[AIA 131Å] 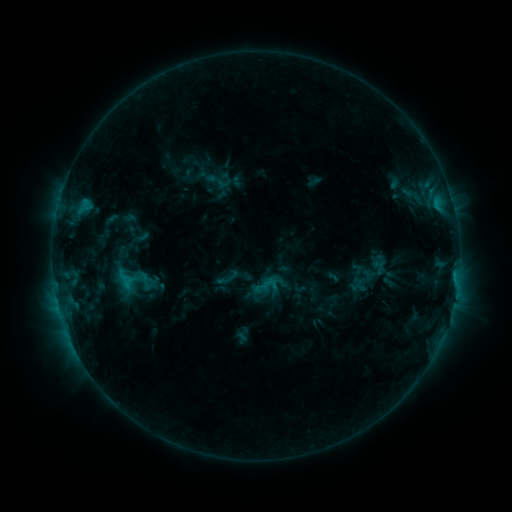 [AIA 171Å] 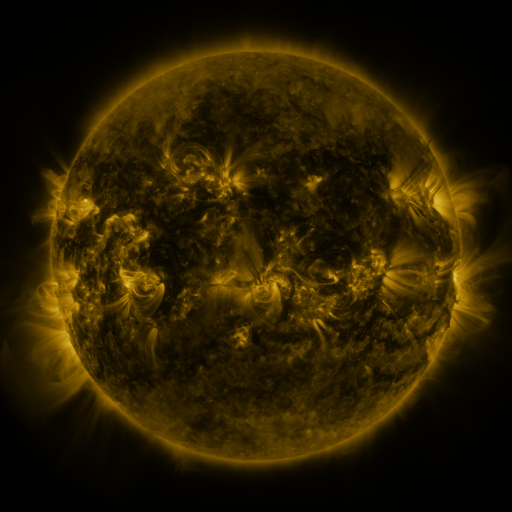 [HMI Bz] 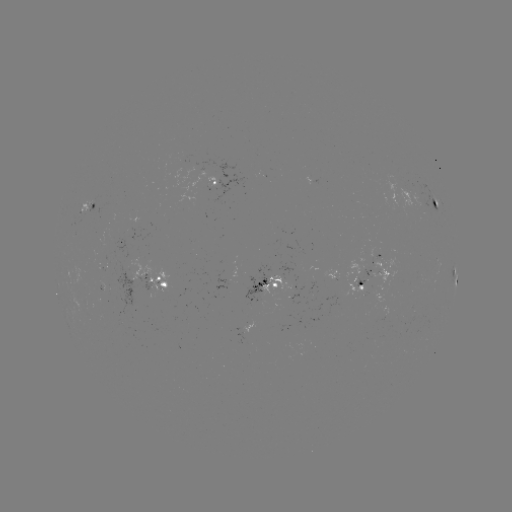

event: sigmoid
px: (269, 284)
